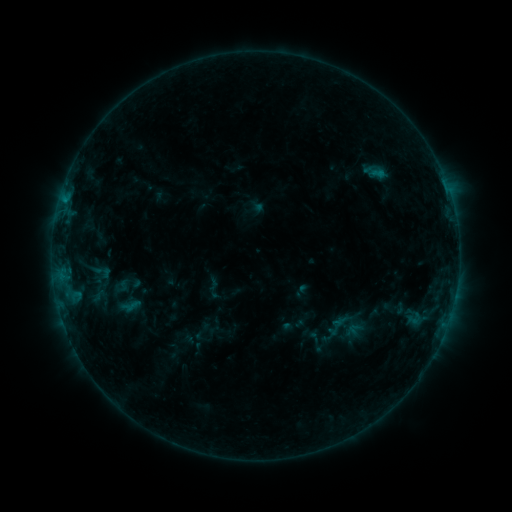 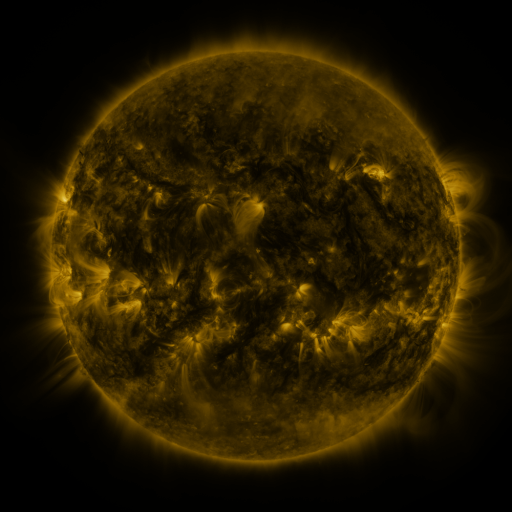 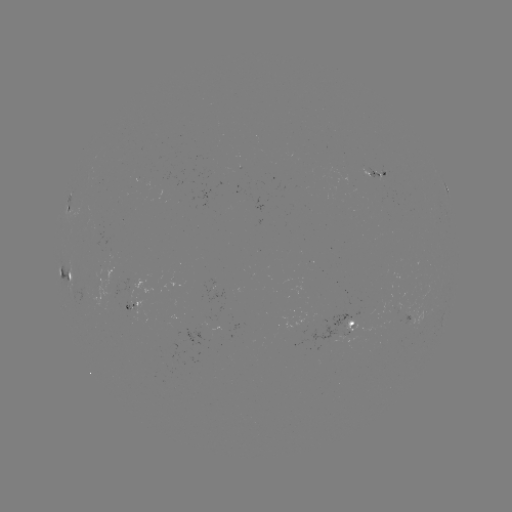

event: sigmoid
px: (100, 272)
